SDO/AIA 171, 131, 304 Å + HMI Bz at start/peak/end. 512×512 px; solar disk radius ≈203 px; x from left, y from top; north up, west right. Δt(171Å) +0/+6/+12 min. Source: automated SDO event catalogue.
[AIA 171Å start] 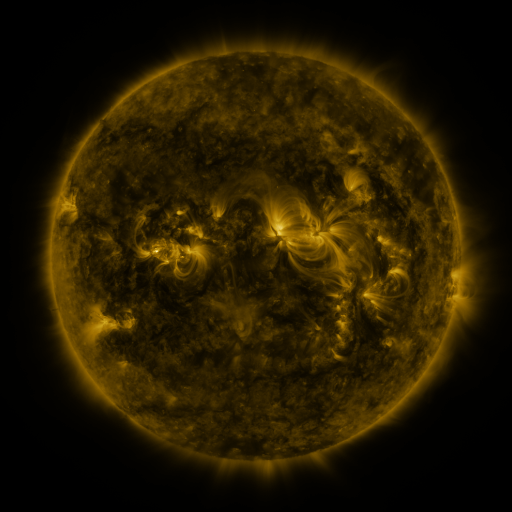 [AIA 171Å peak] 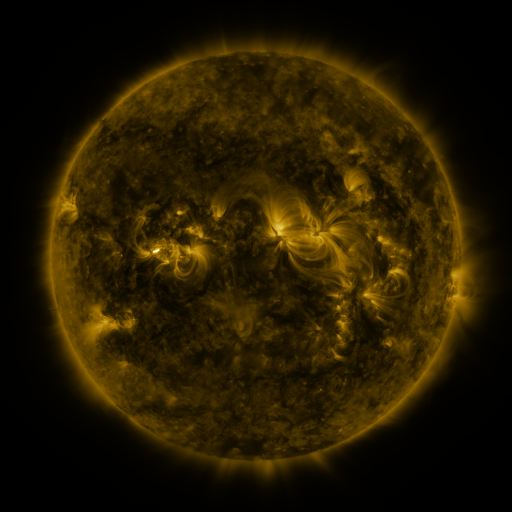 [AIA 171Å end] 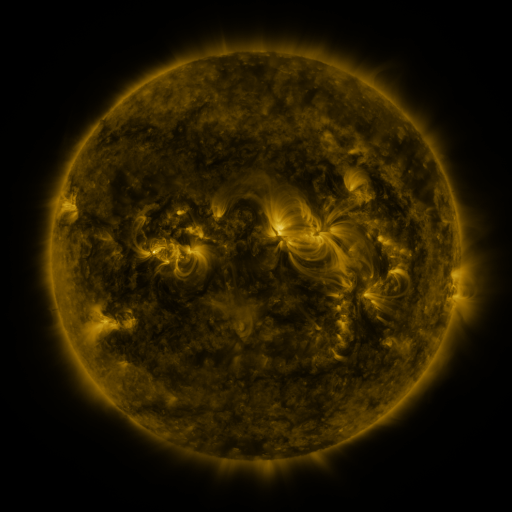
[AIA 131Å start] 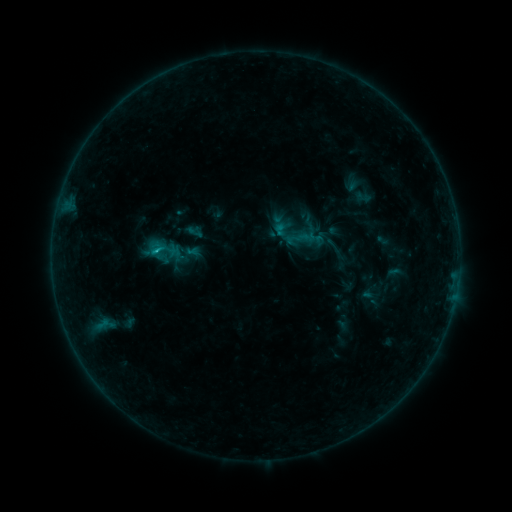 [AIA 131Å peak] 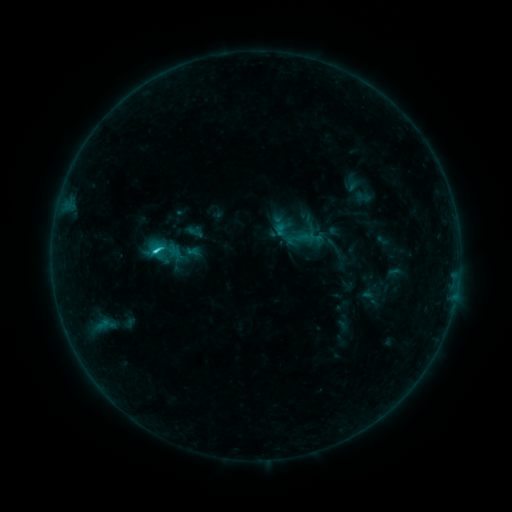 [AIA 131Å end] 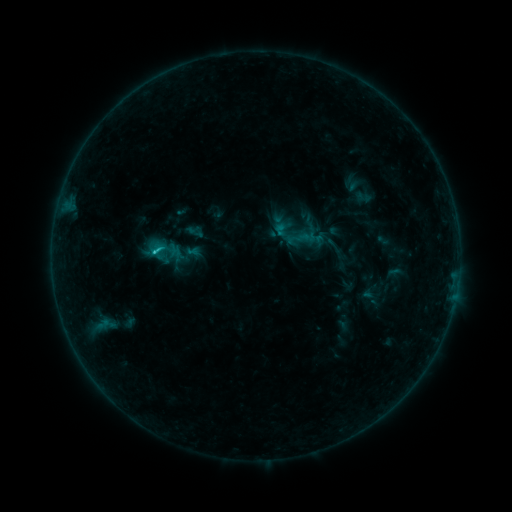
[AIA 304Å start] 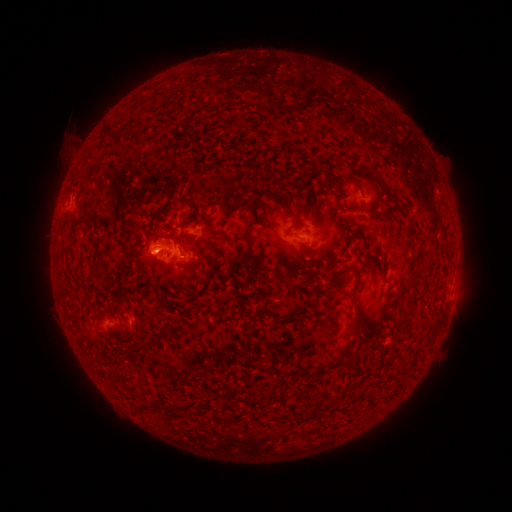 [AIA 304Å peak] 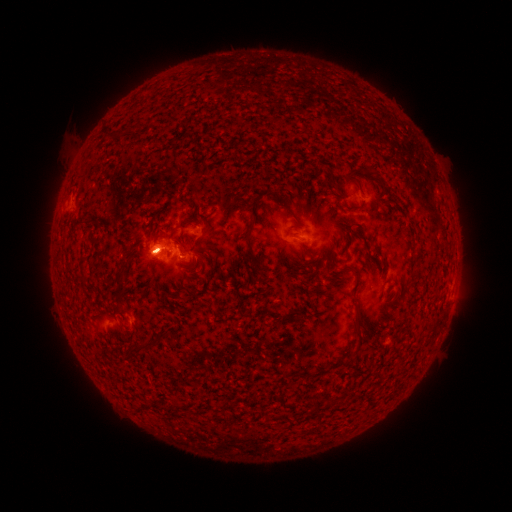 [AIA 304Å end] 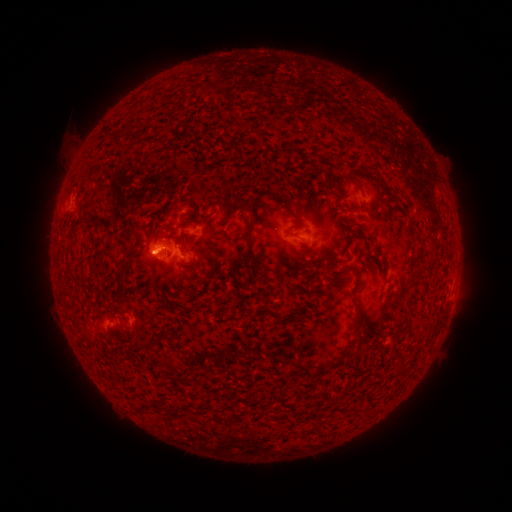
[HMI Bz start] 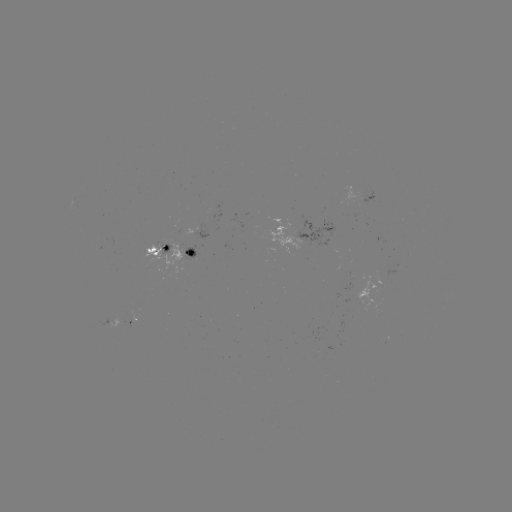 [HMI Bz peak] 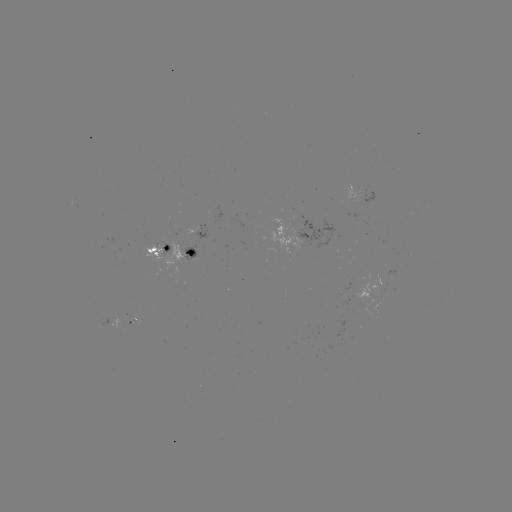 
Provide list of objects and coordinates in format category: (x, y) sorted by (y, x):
C2.1 flare: (157, 252)
